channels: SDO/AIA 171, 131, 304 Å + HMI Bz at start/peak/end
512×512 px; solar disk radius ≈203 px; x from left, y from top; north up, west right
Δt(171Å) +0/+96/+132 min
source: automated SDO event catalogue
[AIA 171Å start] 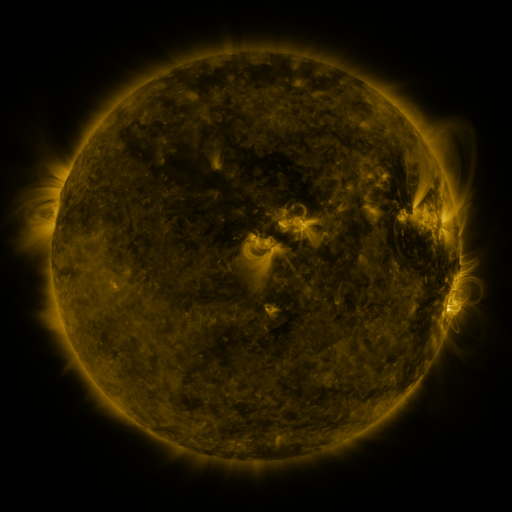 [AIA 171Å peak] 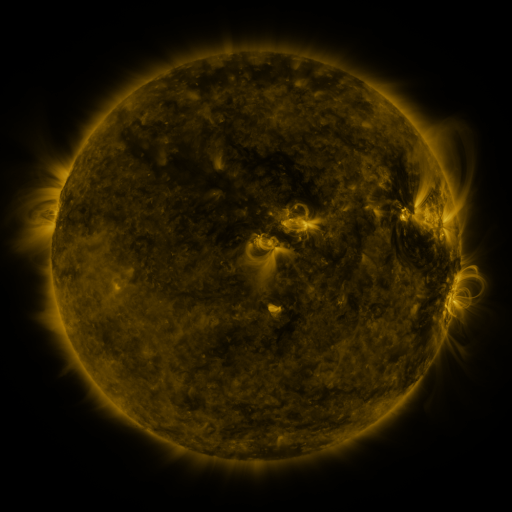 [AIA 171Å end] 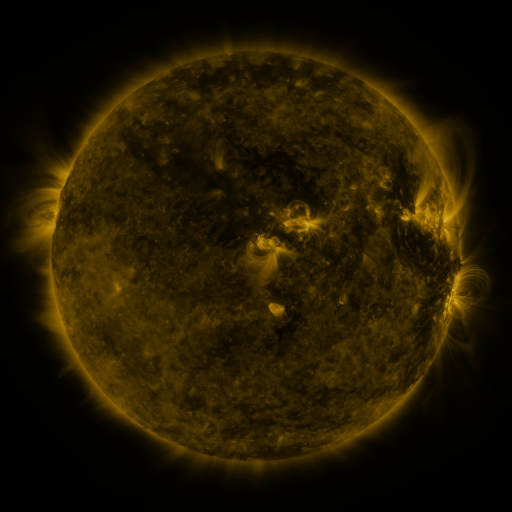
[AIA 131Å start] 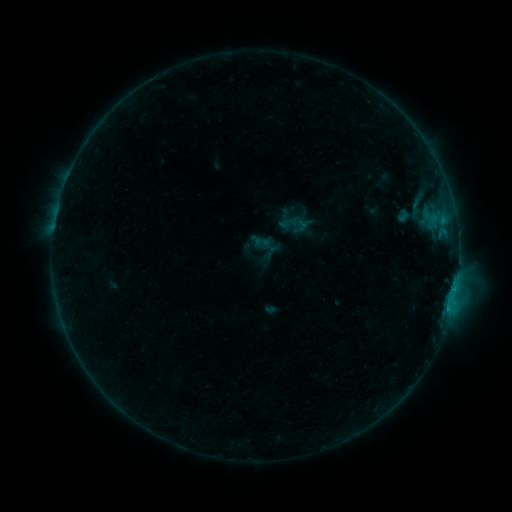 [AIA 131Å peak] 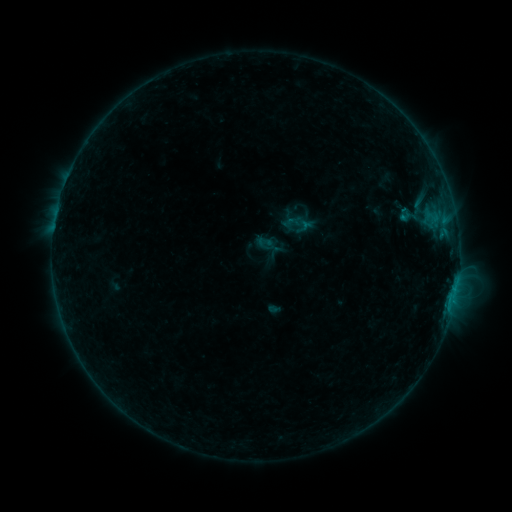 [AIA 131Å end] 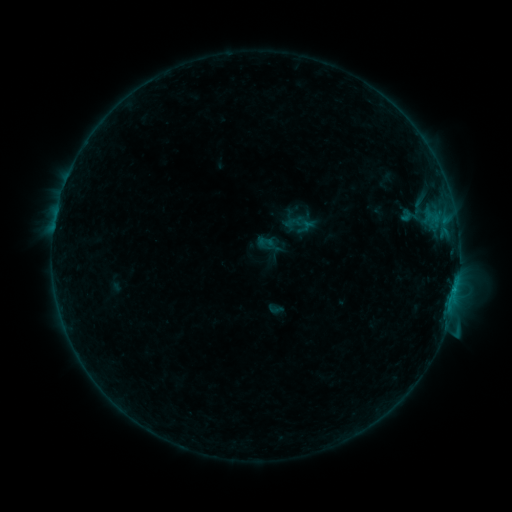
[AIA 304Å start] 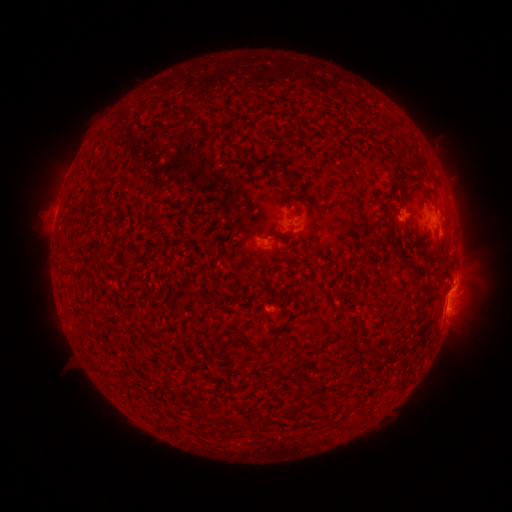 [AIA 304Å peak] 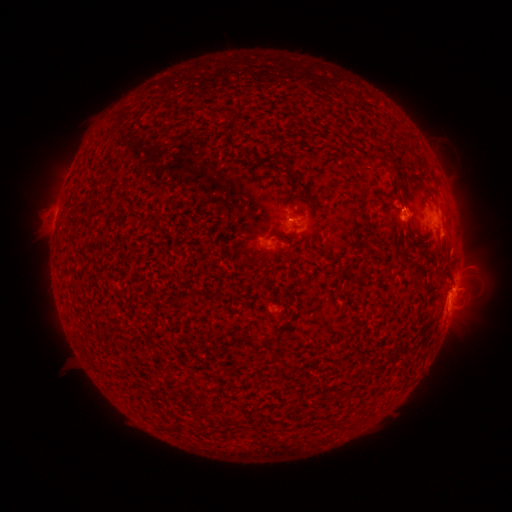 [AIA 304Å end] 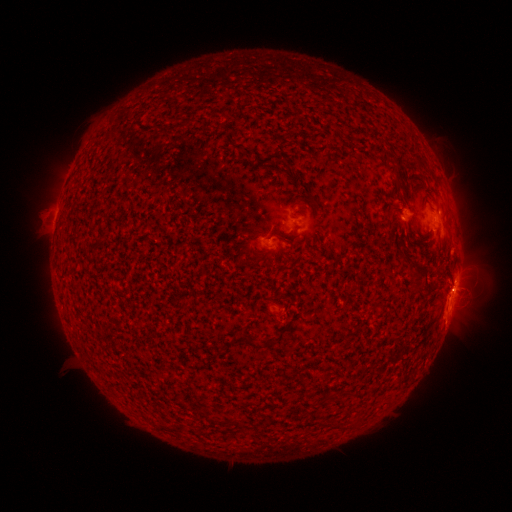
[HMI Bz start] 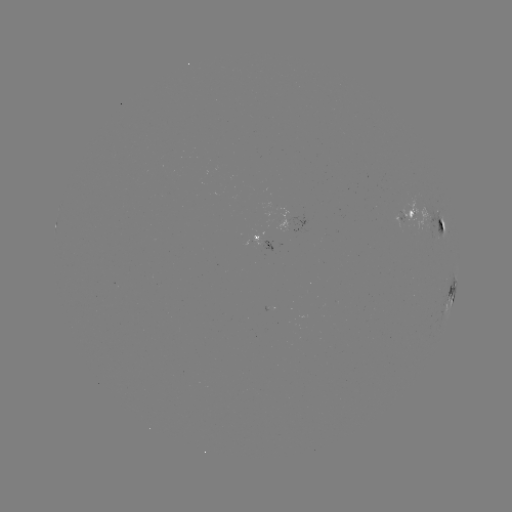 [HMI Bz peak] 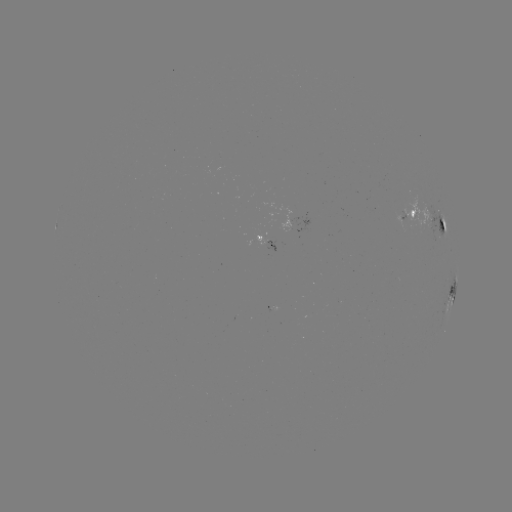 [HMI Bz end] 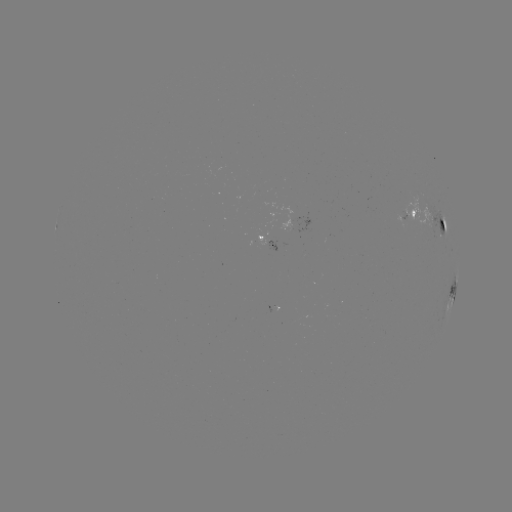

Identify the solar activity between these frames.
emerging-flux region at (404, 221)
